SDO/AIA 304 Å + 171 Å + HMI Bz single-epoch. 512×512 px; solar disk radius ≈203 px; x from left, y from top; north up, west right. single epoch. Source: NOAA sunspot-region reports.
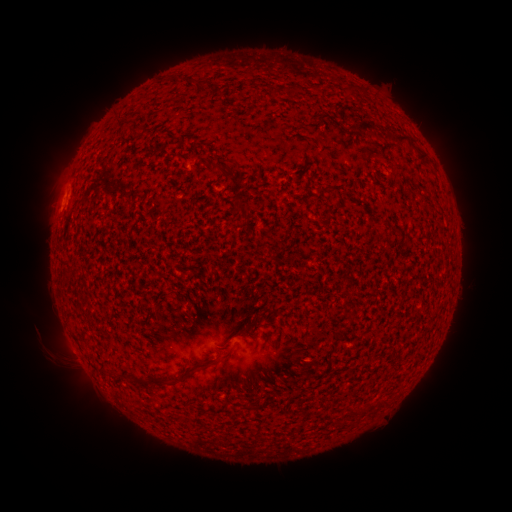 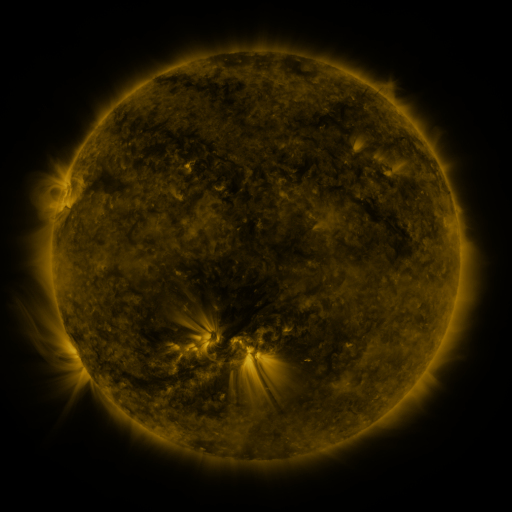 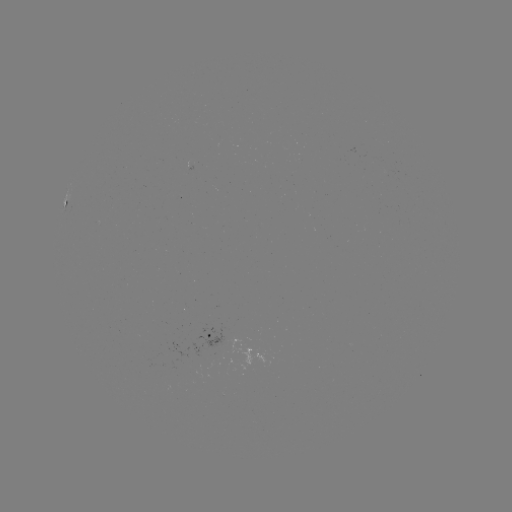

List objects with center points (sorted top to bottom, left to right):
spotted active region: (67, 201)
spotted active region: (208, 335)
